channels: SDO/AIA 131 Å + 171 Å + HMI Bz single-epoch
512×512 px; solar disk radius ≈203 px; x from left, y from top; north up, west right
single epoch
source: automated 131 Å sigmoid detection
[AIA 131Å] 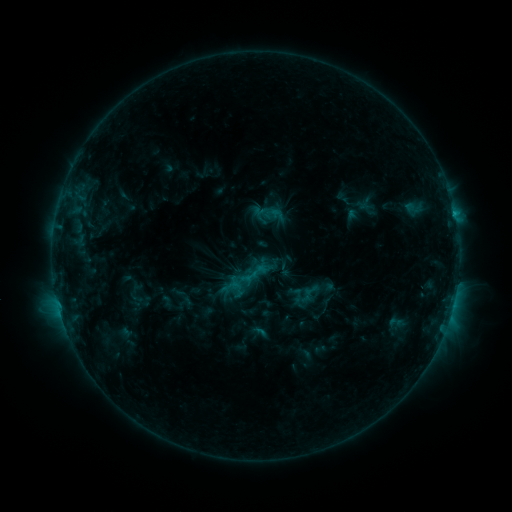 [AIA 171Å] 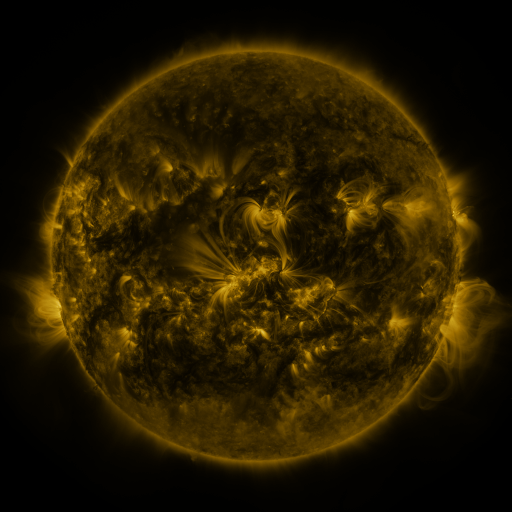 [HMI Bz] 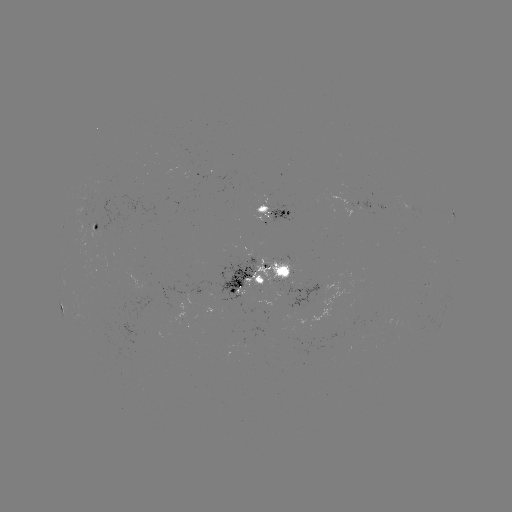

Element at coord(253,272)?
sigmoid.